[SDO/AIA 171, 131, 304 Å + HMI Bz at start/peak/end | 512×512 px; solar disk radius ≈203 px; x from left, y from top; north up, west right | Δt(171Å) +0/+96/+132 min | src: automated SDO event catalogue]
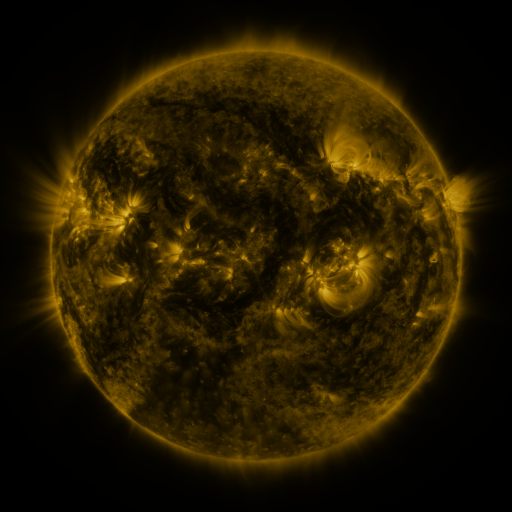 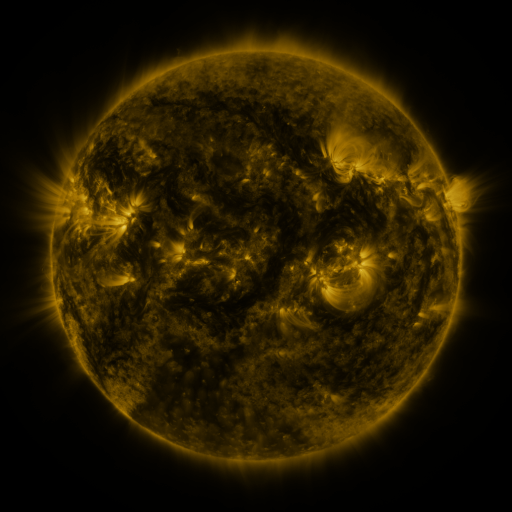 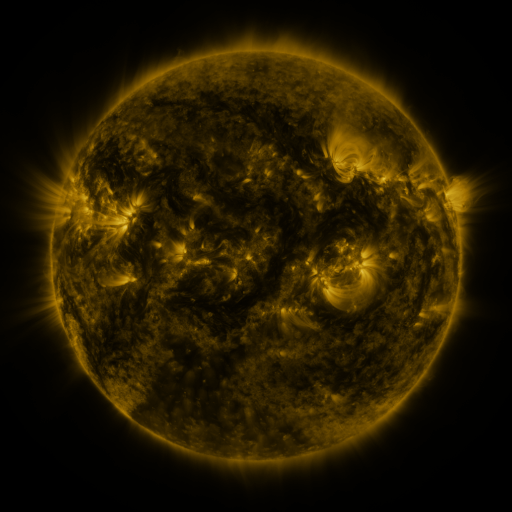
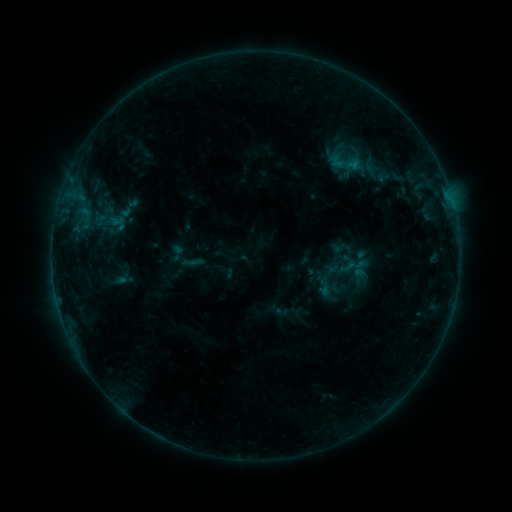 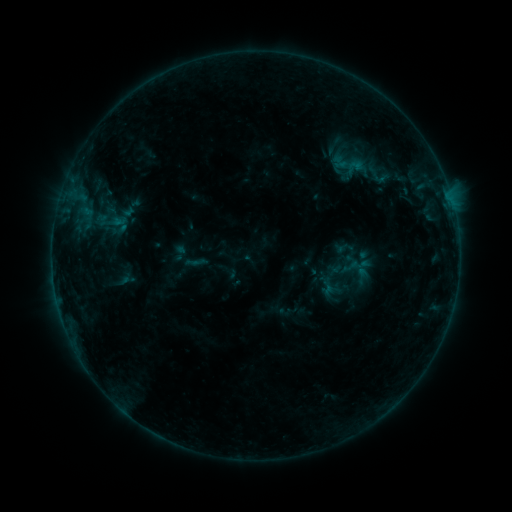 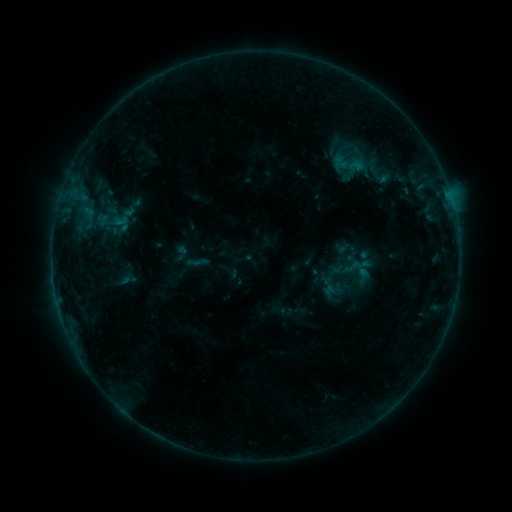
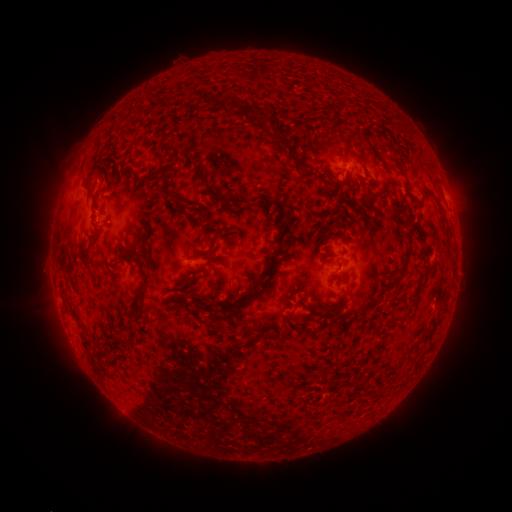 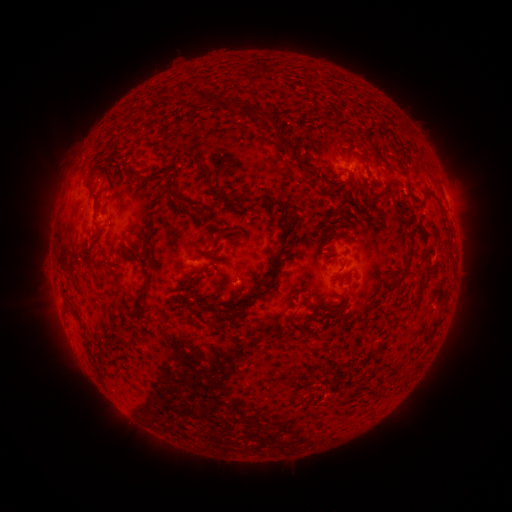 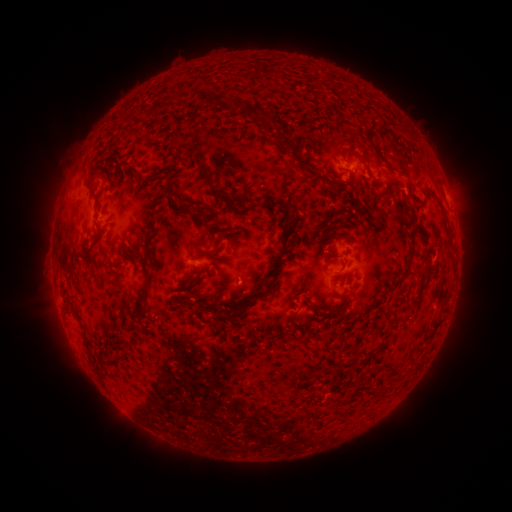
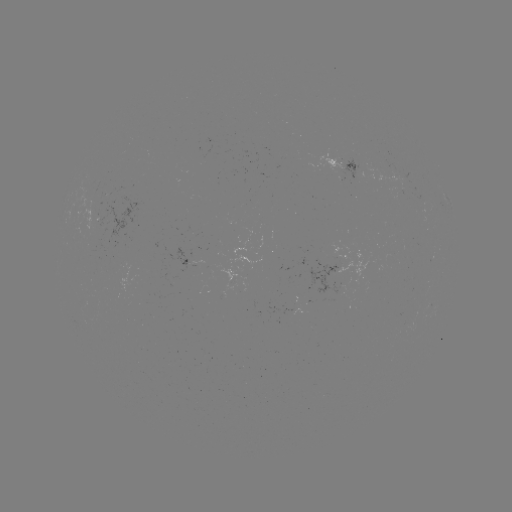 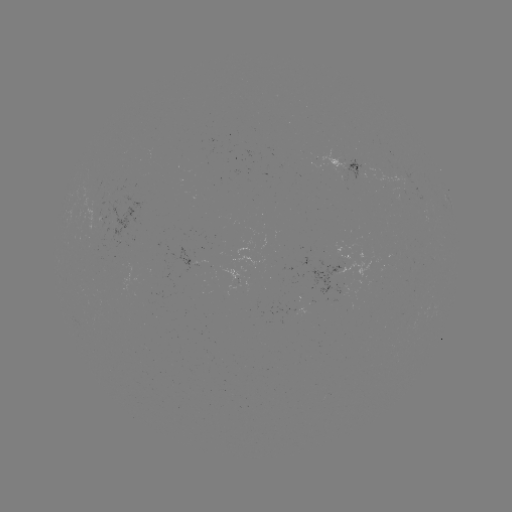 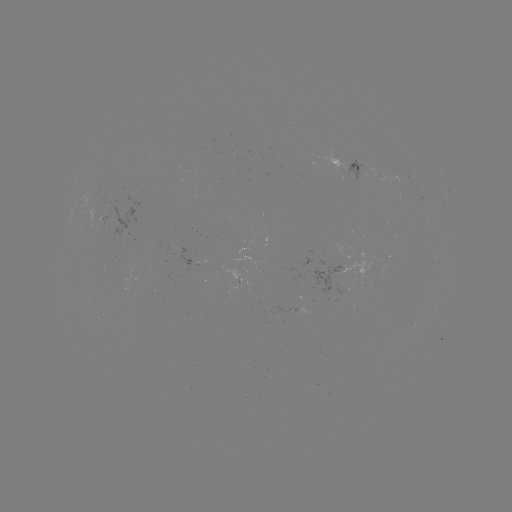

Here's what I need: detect emerging-flux region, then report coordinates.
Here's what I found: emerging-flux region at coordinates [400, 175].